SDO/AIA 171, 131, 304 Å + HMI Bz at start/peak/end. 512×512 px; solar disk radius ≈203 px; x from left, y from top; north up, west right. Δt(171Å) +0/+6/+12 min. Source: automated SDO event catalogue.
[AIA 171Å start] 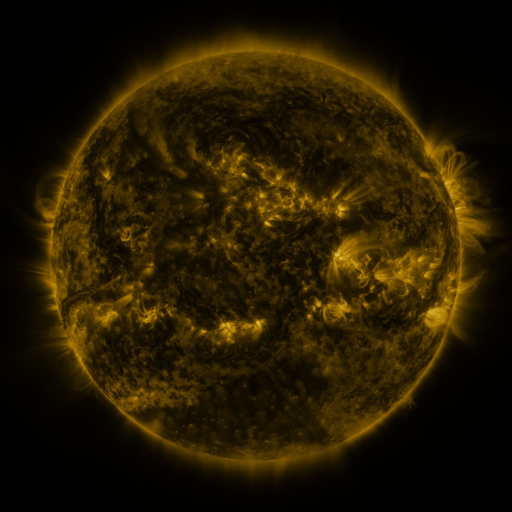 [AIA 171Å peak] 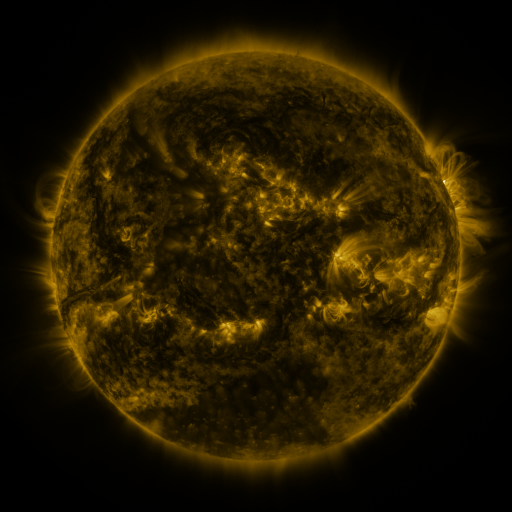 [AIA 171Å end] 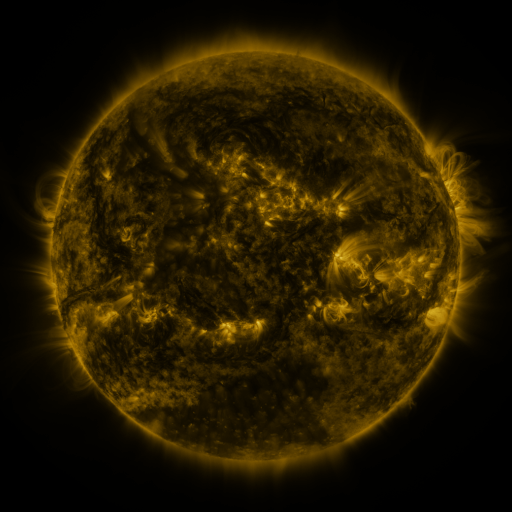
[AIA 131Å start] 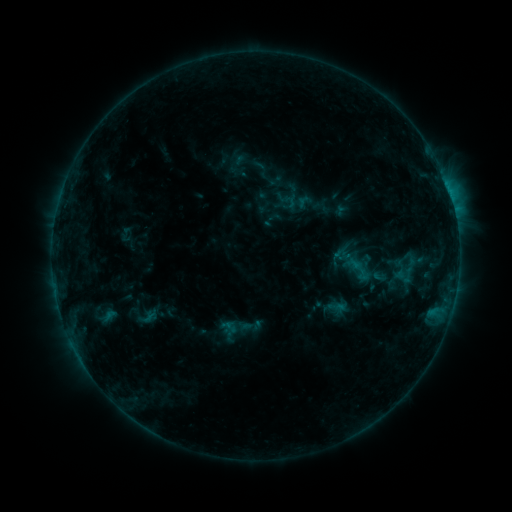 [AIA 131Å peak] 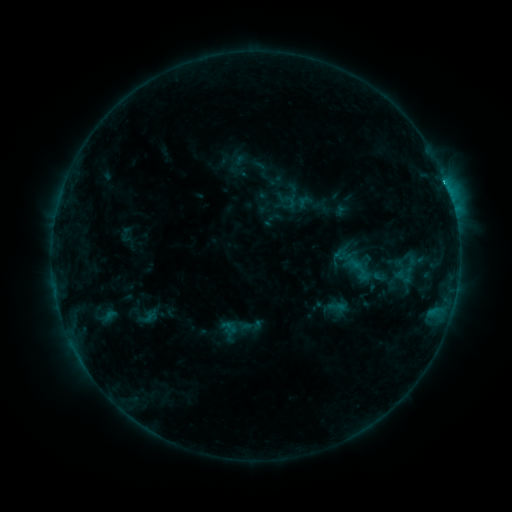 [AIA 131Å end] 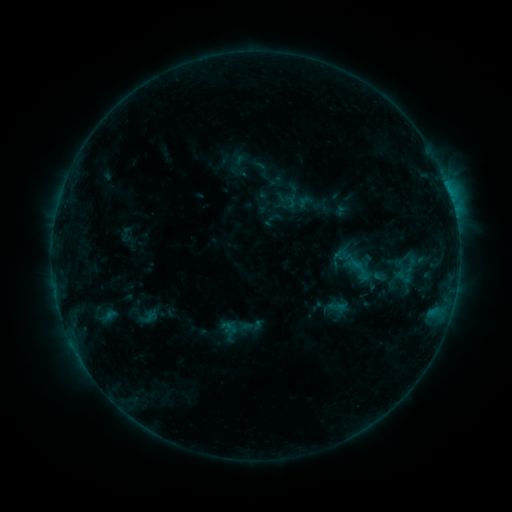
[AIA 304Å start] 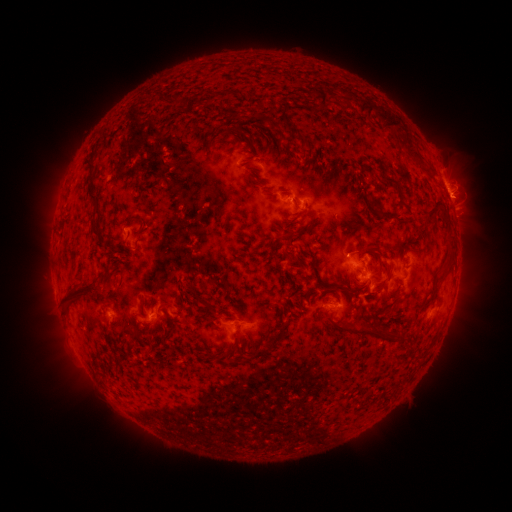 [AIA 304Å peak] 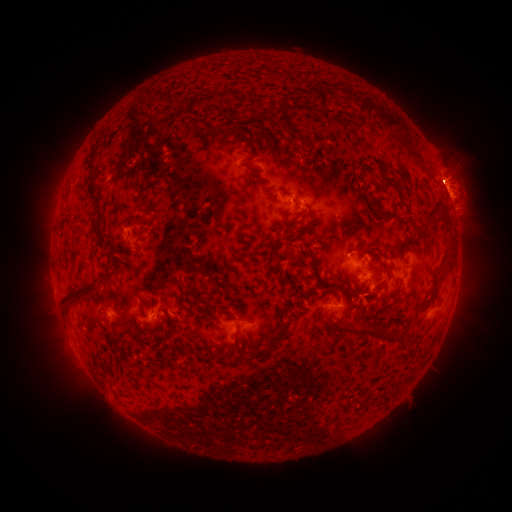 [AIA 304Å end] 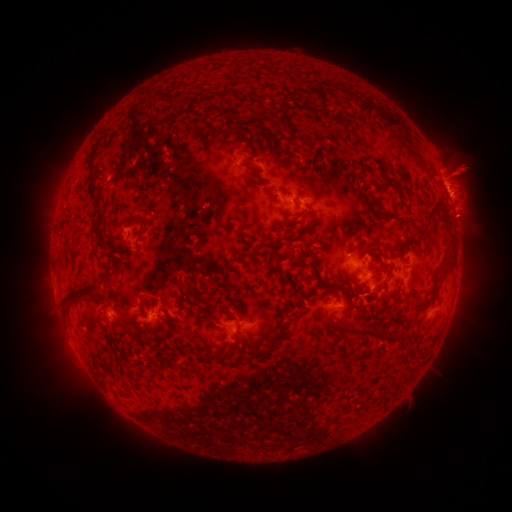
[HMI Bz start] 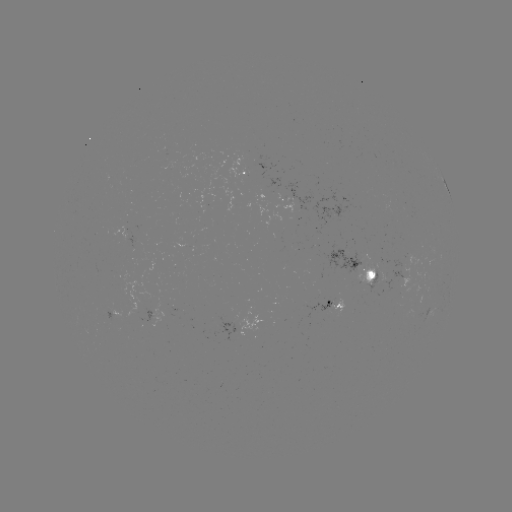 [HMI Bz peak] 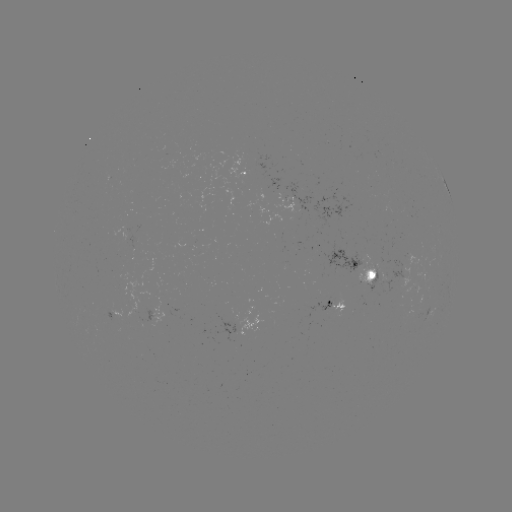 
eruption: <bbox>417, 146, 479, 200</bbox>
